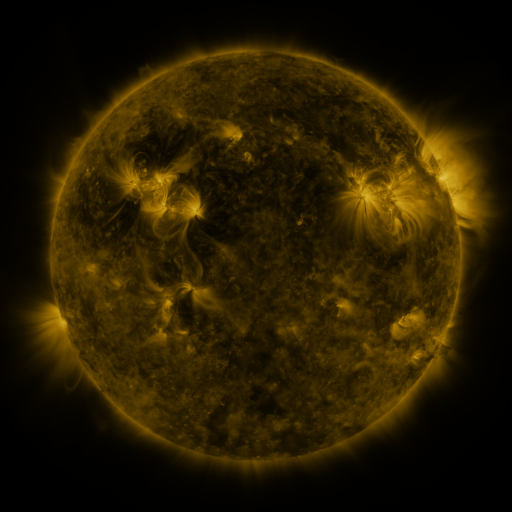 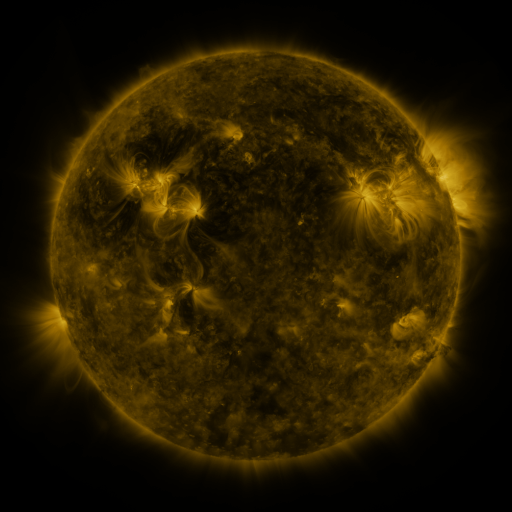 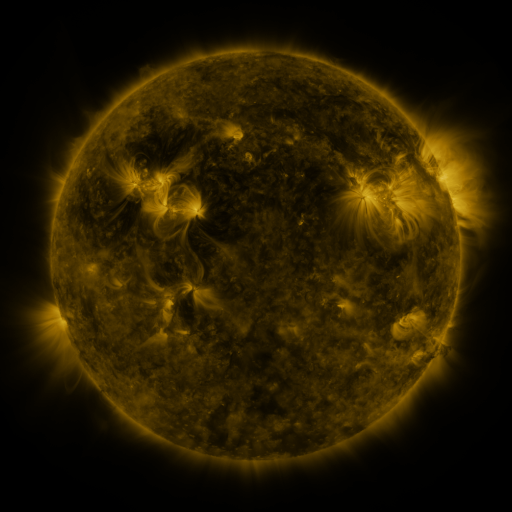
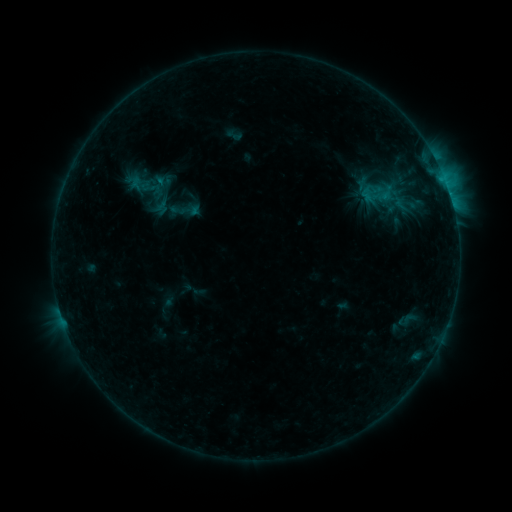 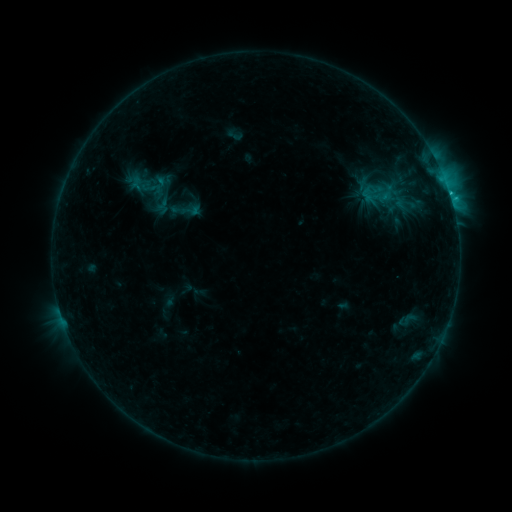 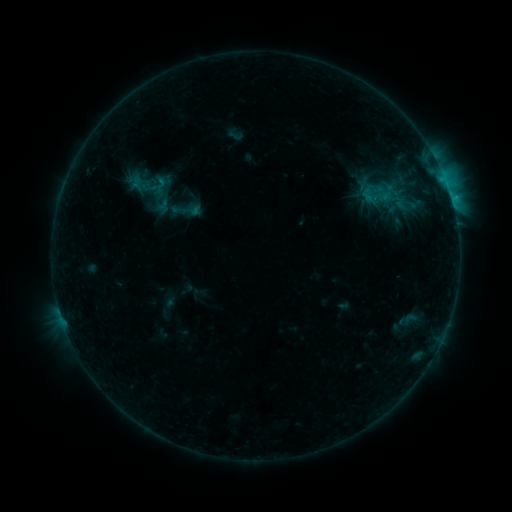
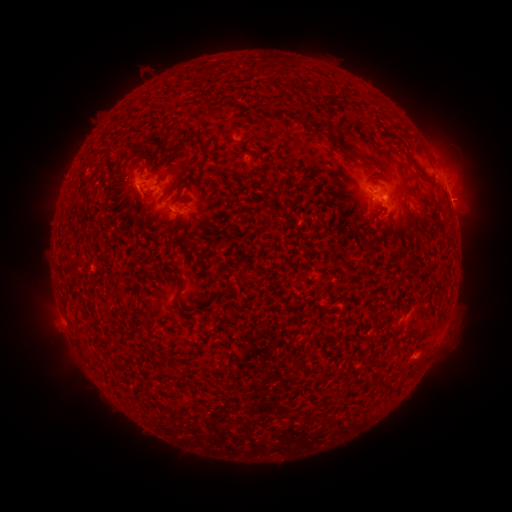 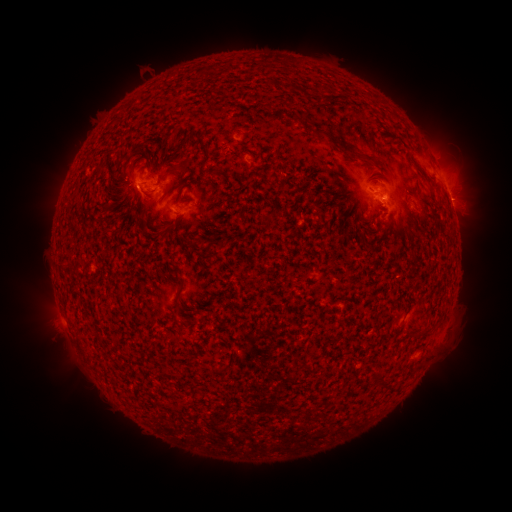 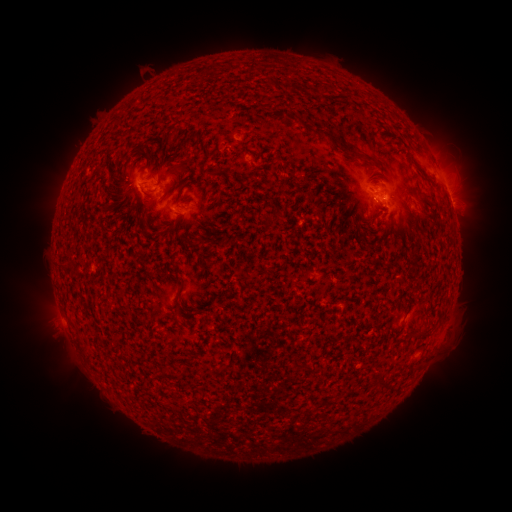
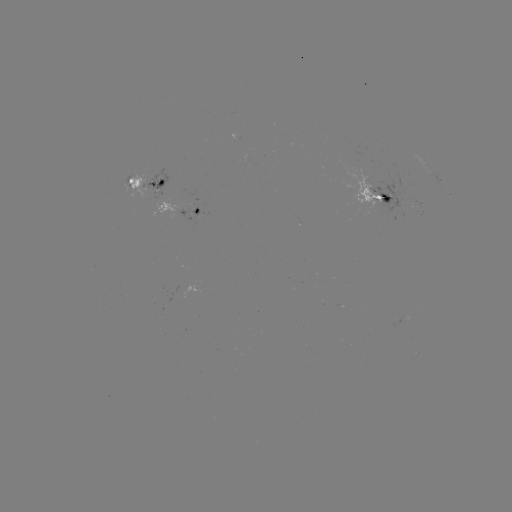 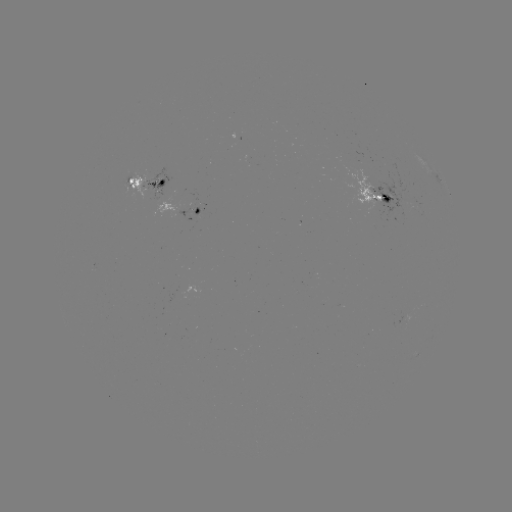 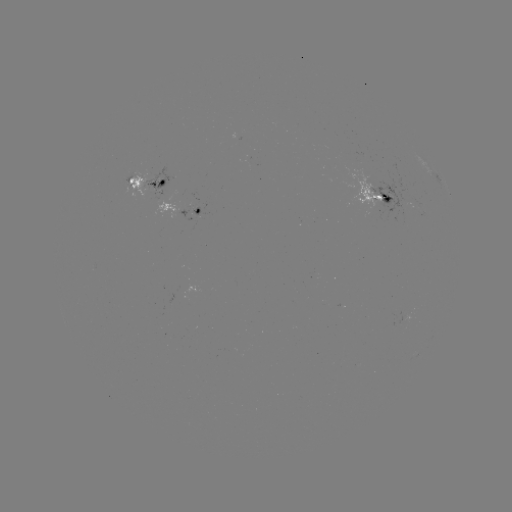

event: flare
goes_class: C1.0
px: (450, 195)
